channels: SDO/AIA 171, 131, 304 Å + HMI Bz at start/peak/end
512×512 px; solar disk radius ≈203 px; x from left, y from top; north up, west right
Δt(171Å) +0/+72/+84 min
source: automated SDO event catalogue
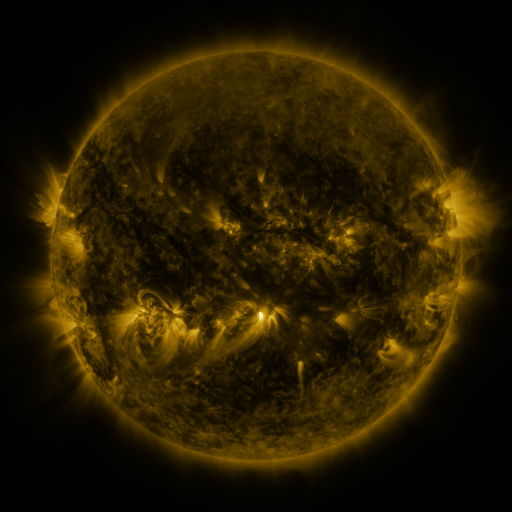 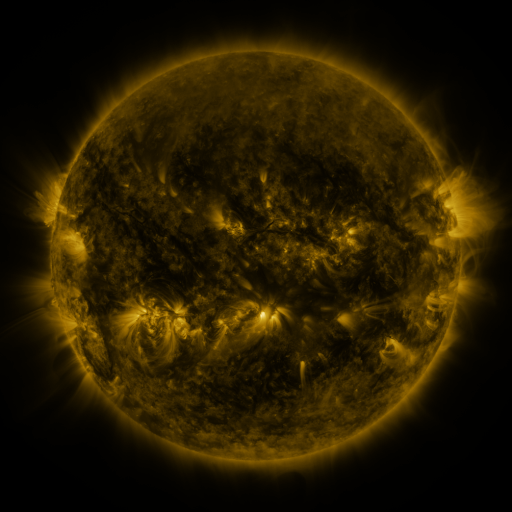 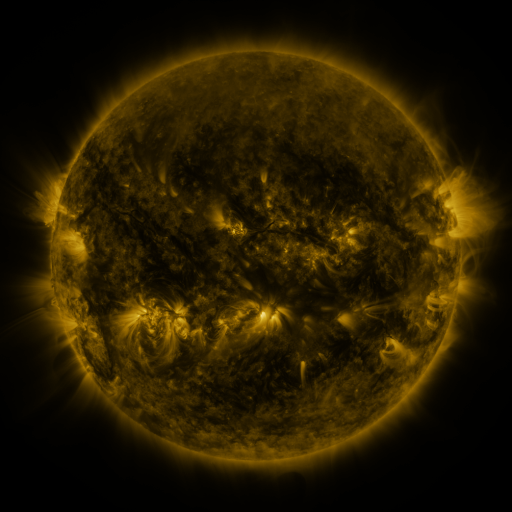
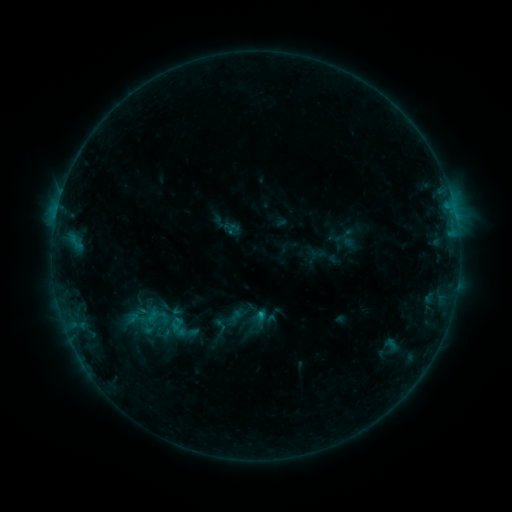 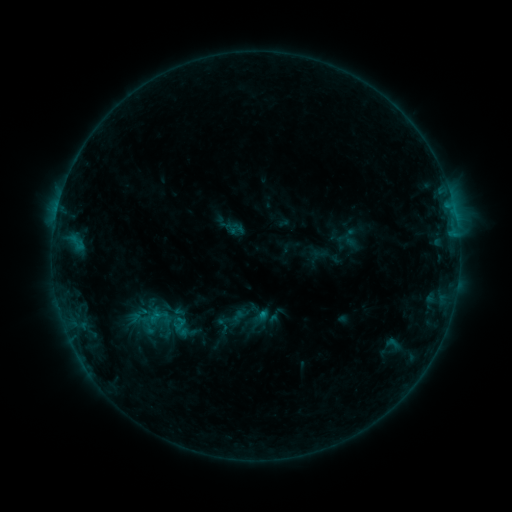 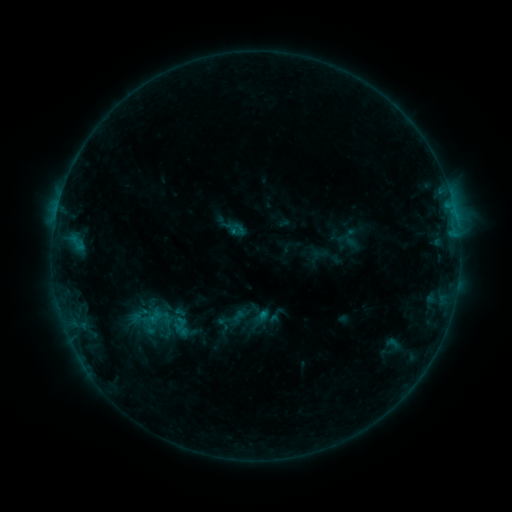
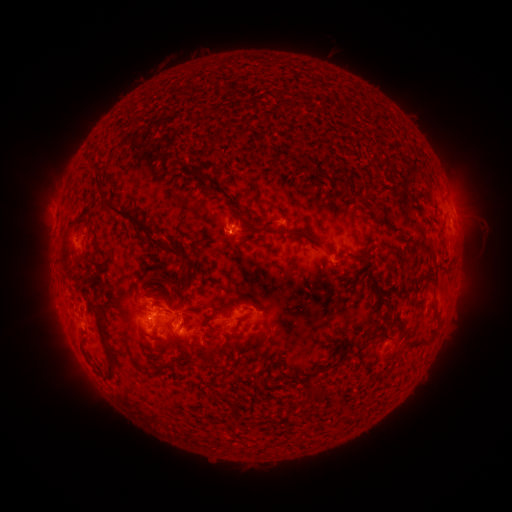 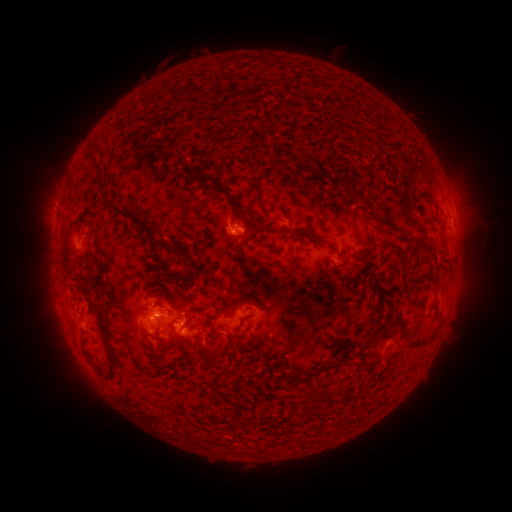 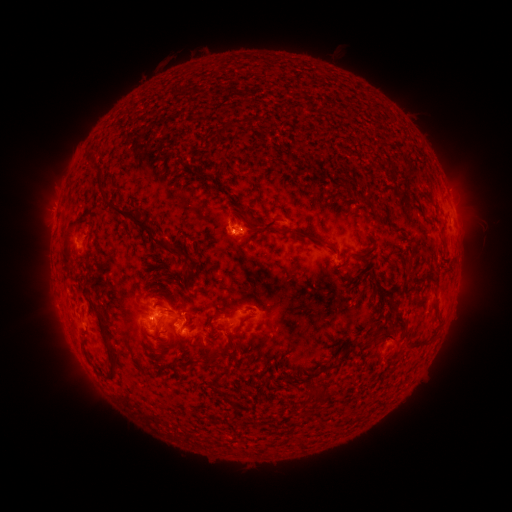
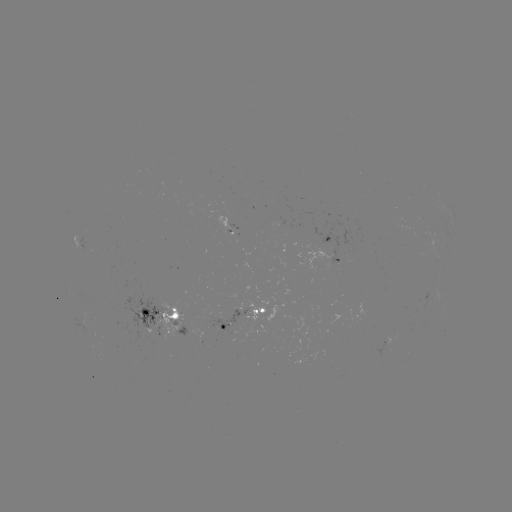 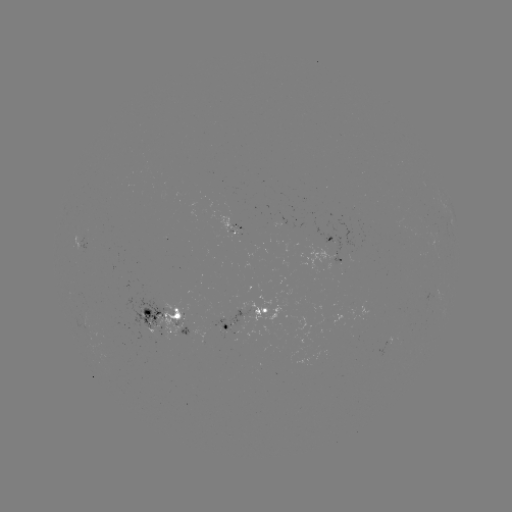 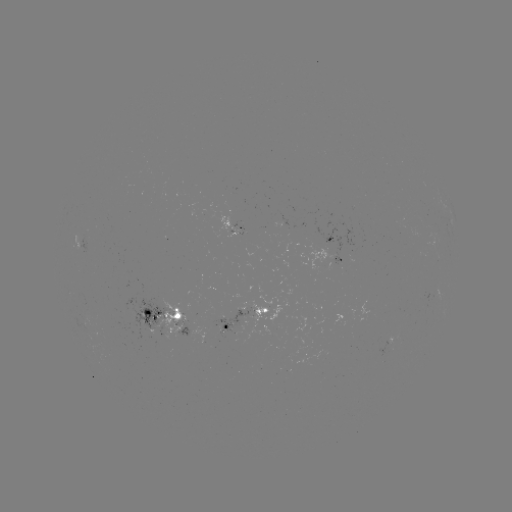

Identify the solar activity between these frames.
emerging-flux region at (217, 325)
